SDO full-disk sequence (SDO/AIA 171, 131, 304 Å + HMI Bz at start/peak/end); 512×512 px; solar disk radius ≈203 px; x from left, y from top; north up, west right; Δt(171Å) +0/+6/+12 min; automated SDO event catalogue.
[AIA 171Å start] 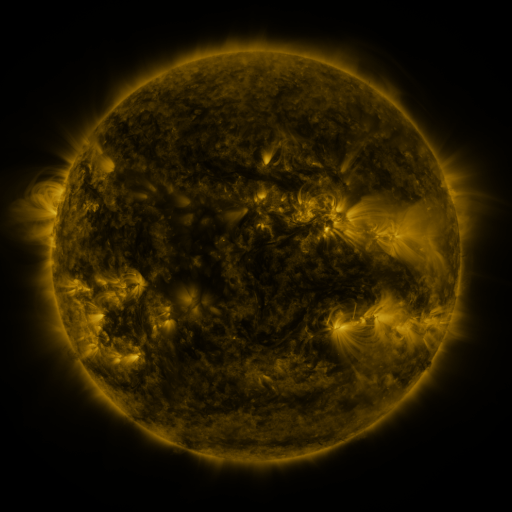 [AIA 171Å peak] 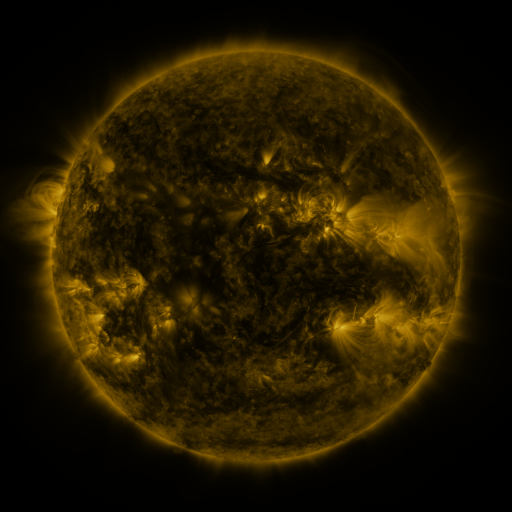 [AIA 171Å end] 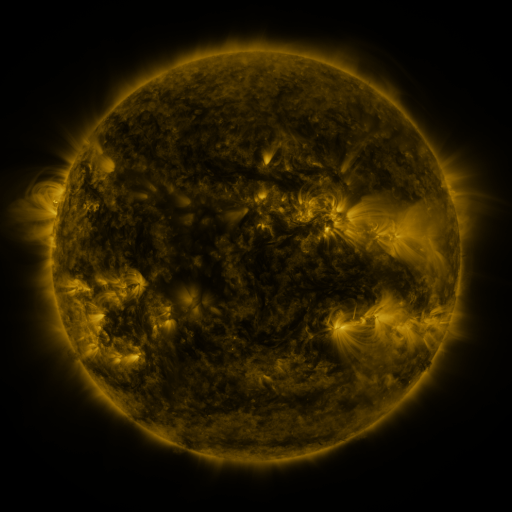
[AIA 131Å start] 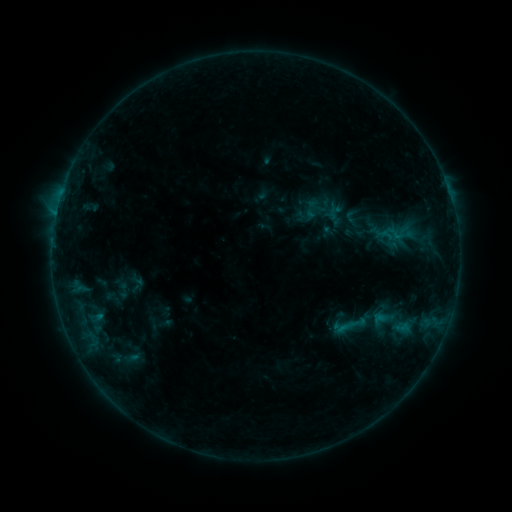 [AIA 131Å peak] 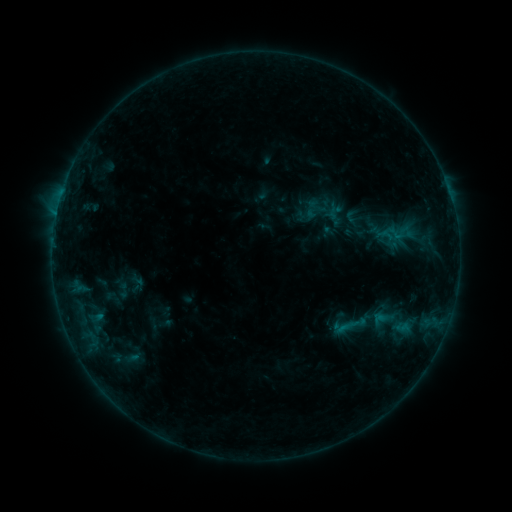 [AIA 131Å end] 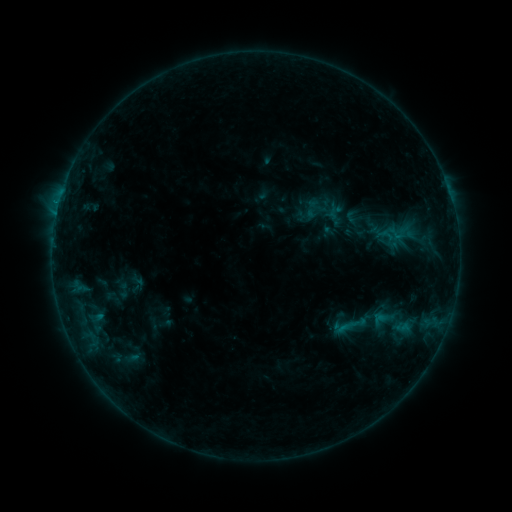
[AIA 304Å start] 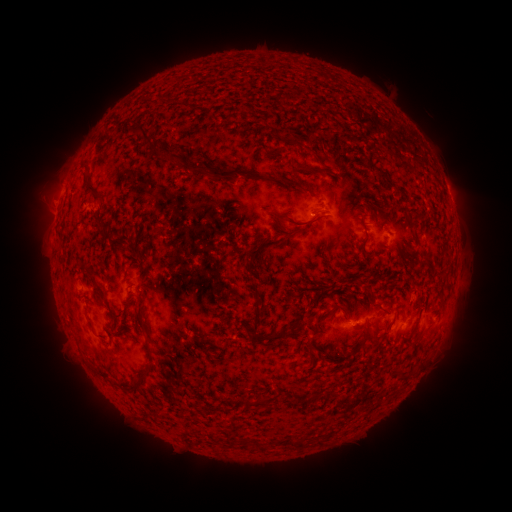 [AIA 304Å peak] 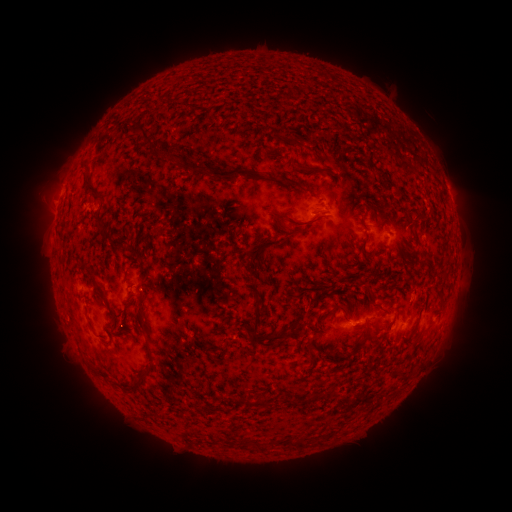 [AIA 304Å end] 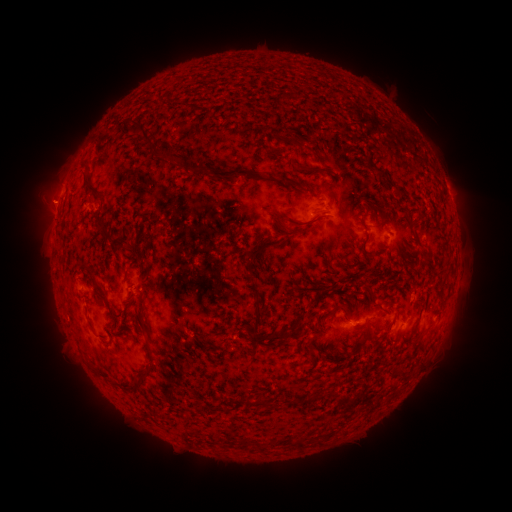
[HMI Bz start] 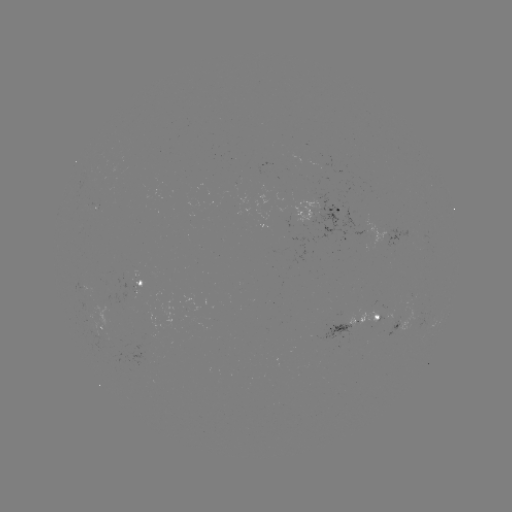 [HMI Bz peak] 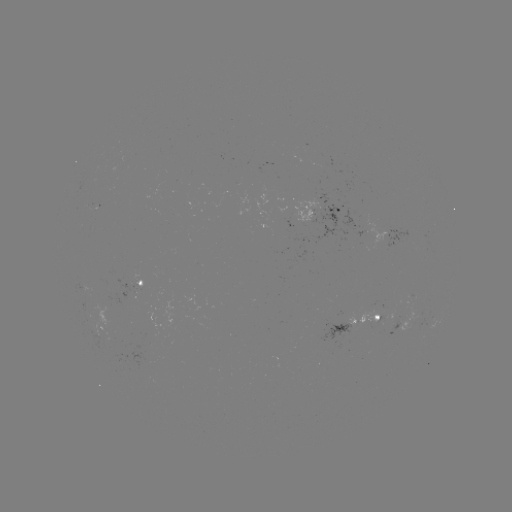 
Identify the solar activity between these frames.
no catalogued flare and no flagged EUV brightening in this window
